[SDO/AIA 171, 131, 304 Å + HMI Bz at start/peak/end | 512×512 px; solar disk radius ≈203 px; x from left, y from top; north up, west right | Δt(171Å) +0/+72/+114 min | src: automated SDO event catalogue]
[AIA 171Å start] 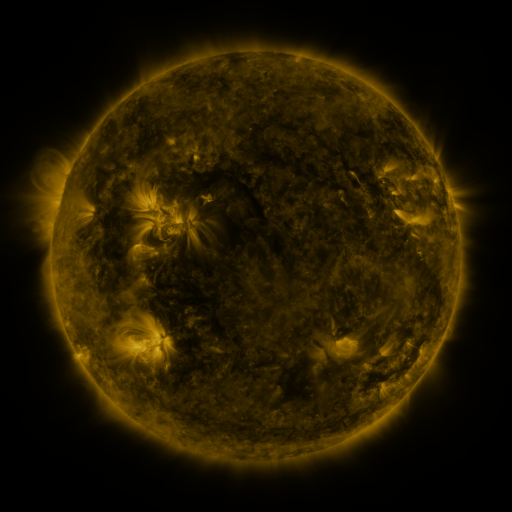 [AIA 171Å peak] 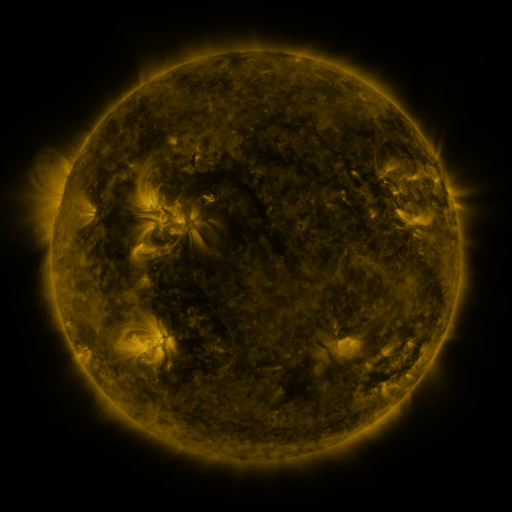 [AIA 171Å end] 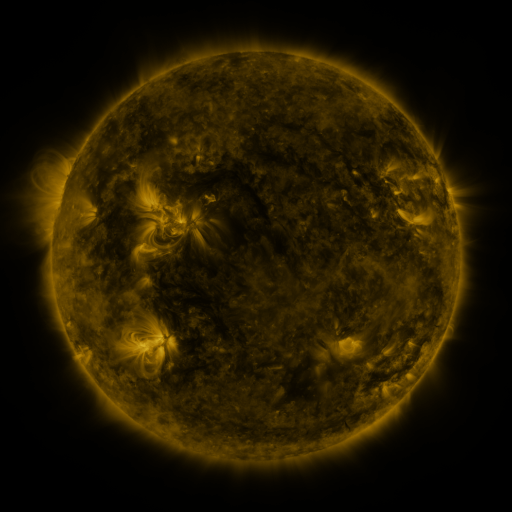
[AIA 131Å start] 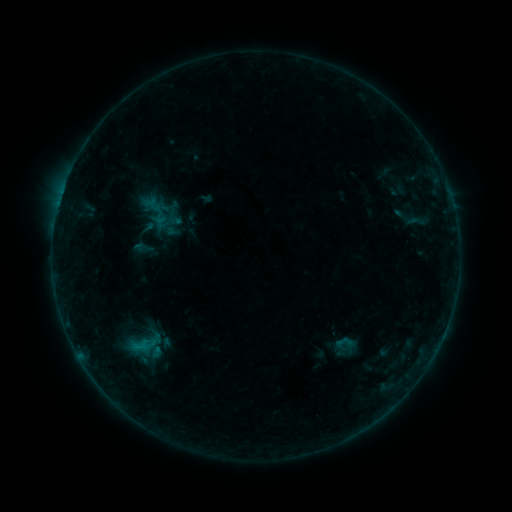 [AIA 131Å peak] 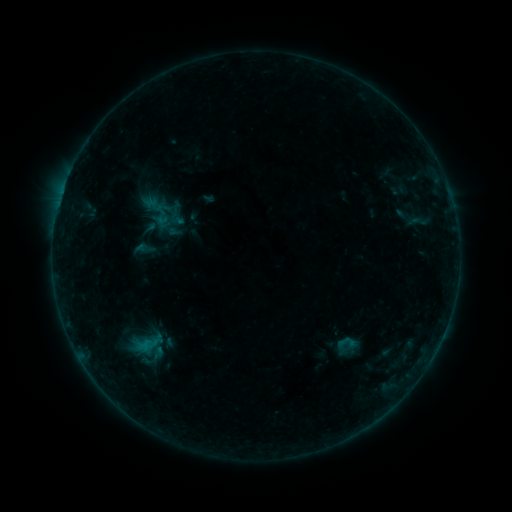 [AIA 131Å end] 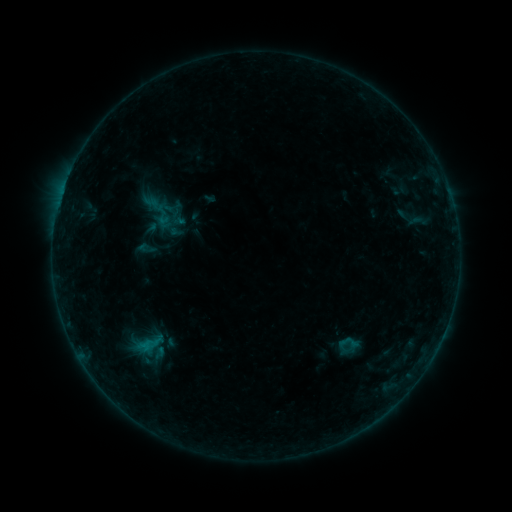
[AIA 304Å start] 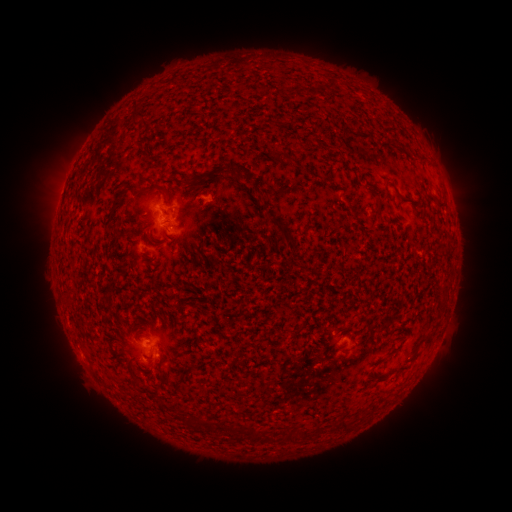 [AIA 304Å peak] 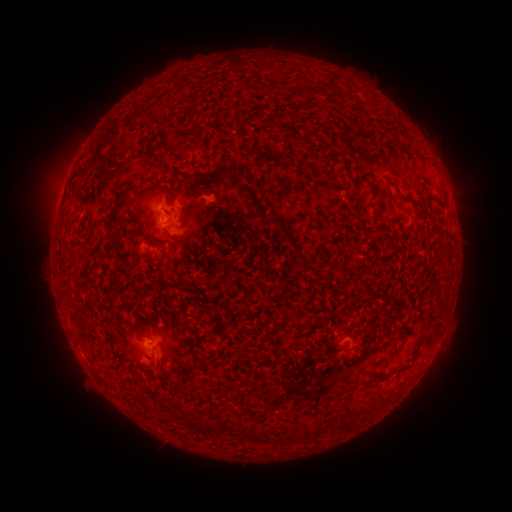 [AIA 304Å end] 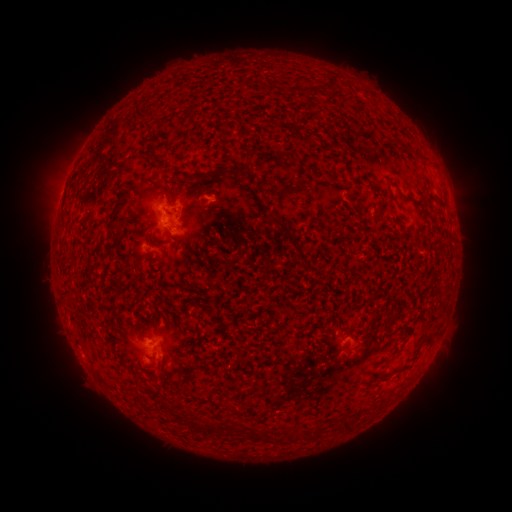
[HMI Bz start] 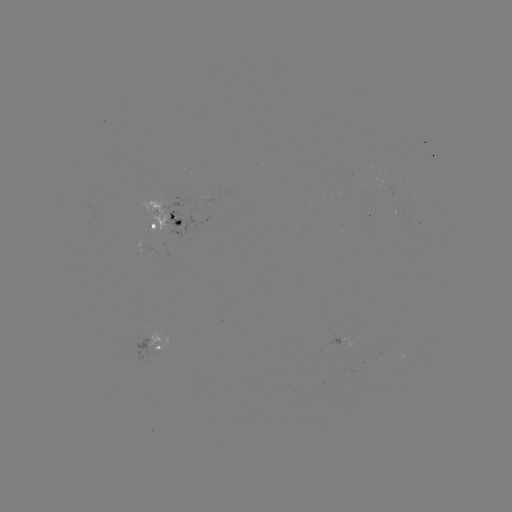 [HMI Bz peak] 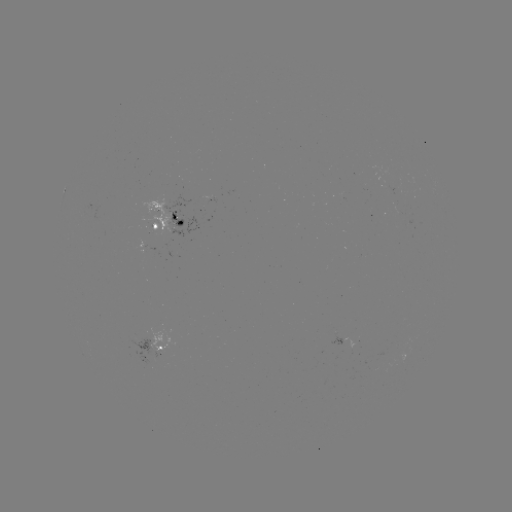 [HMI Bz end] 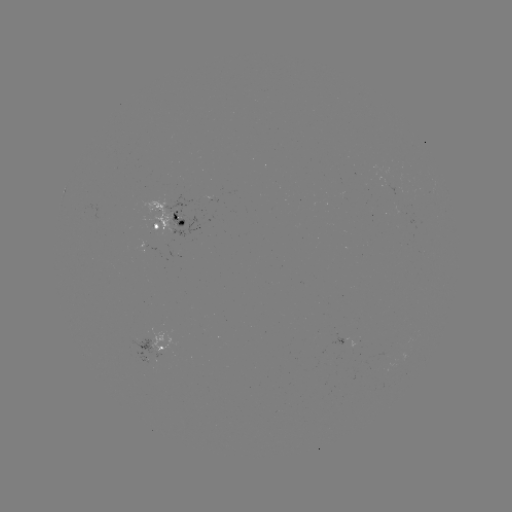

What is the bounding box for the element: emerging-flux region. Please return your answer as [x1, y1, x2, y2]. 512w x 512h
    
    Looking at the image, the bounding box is [139, 236, 158, 255].